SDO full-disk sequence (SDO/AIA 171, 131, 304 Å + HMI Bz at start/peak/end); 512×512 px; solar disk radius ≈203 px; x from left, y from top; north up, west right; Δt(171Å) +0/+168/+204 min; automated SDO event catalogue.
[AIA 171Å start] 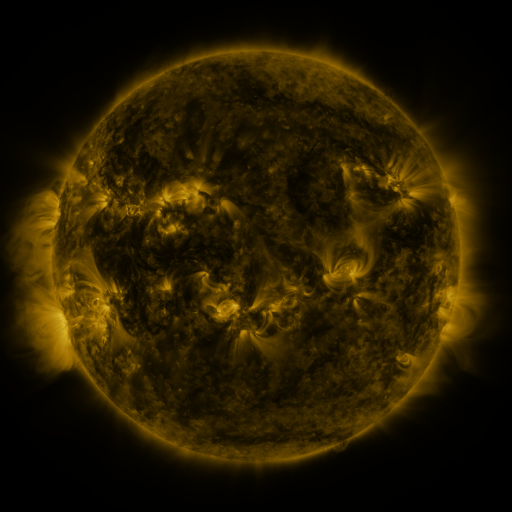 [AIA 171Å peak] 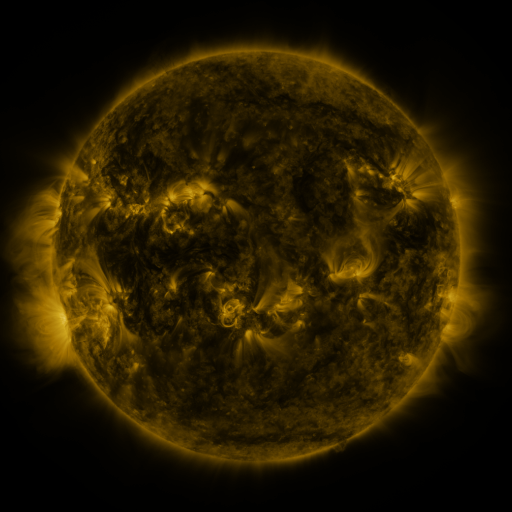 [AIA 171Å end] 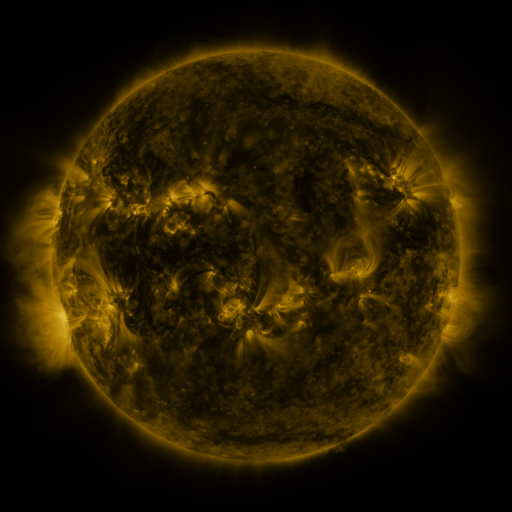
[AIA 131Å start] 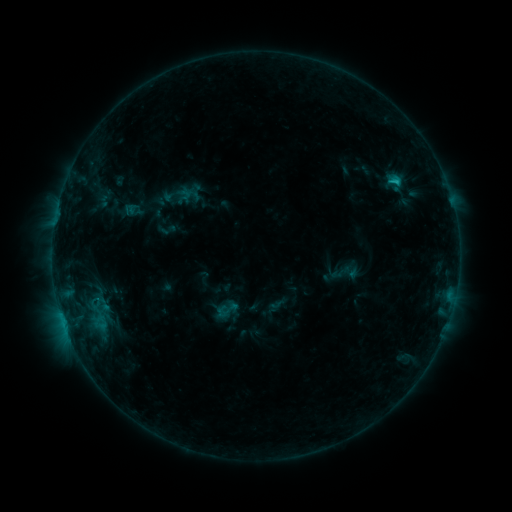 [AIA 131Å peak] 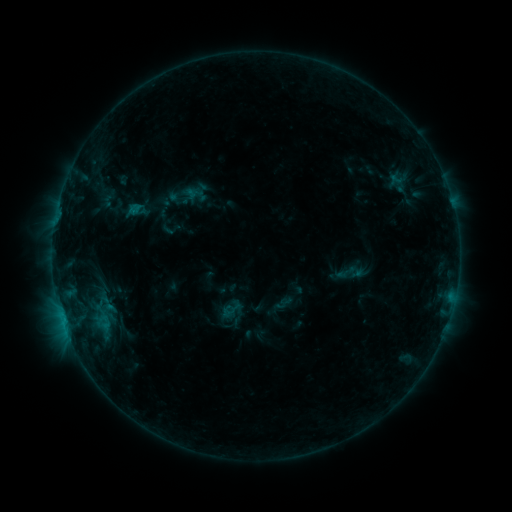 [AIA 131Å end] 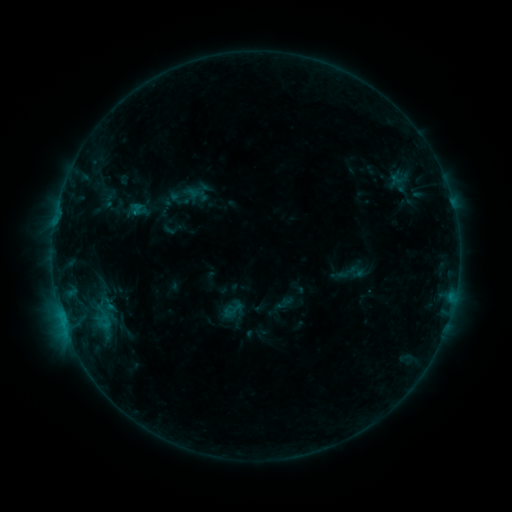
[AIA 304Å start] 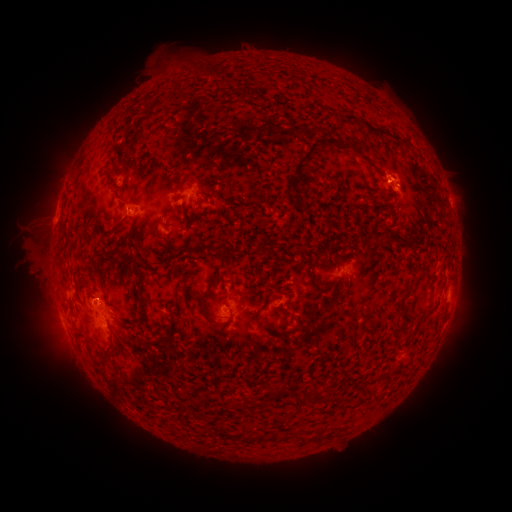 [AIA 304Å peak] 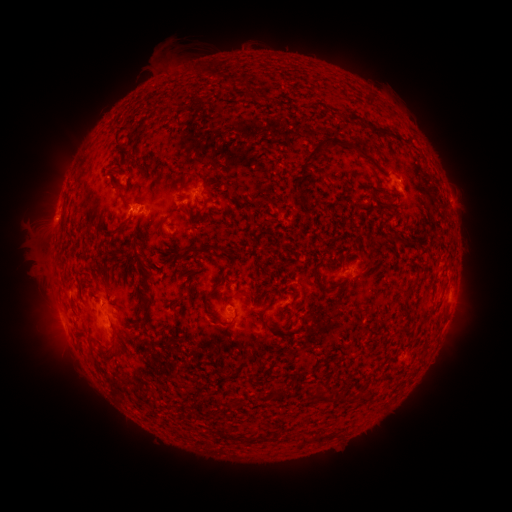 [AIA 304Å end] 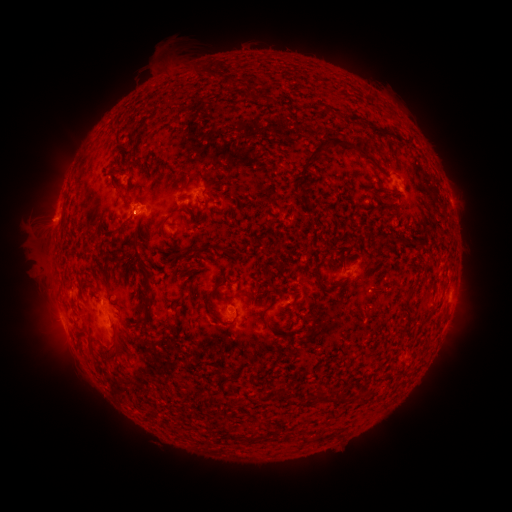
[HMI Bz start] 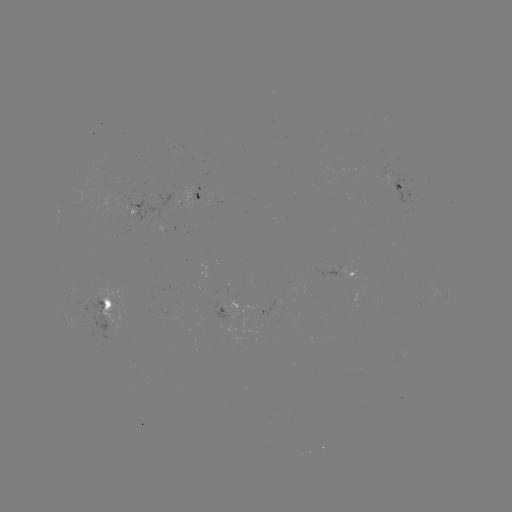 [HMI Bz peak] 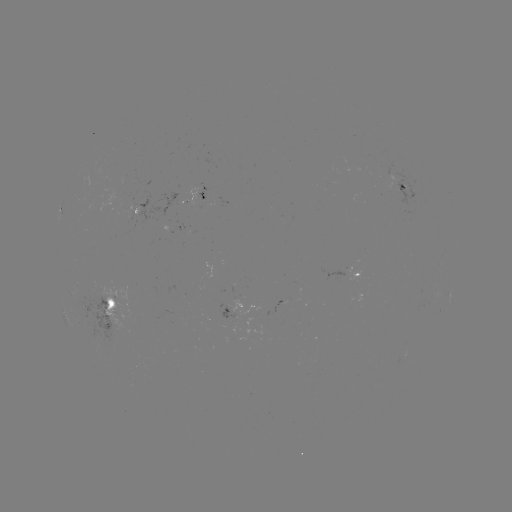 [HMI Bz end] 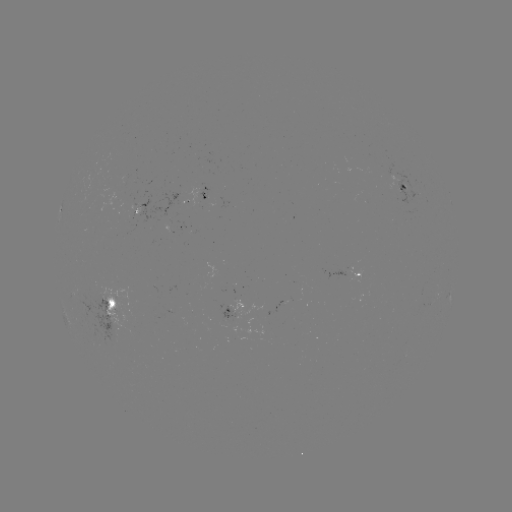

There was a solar emerging-flux region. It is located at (136, 215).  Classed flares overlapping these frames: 4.